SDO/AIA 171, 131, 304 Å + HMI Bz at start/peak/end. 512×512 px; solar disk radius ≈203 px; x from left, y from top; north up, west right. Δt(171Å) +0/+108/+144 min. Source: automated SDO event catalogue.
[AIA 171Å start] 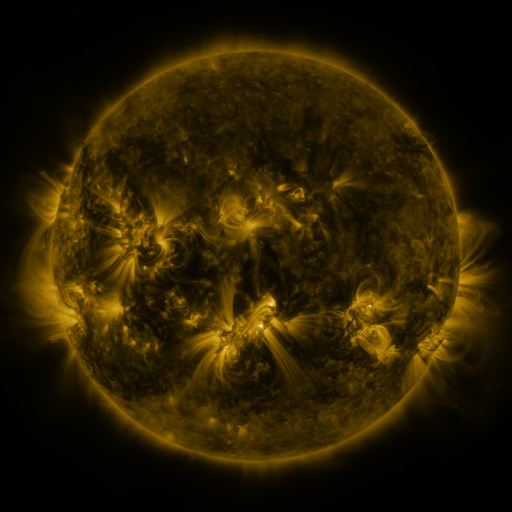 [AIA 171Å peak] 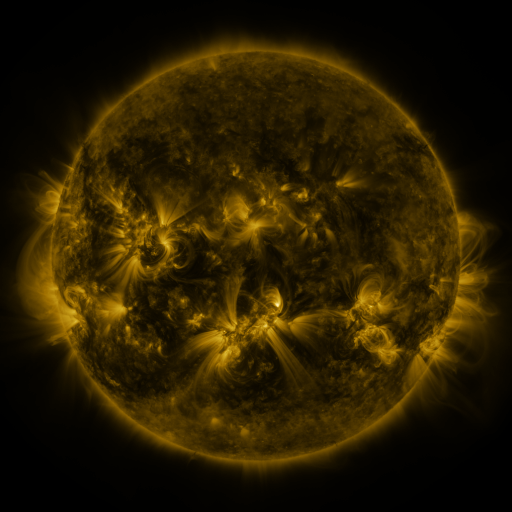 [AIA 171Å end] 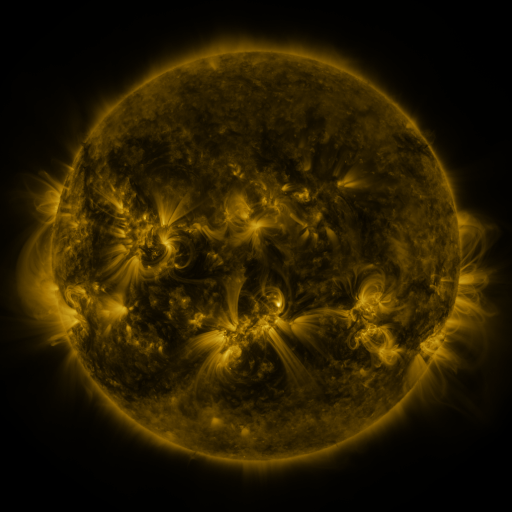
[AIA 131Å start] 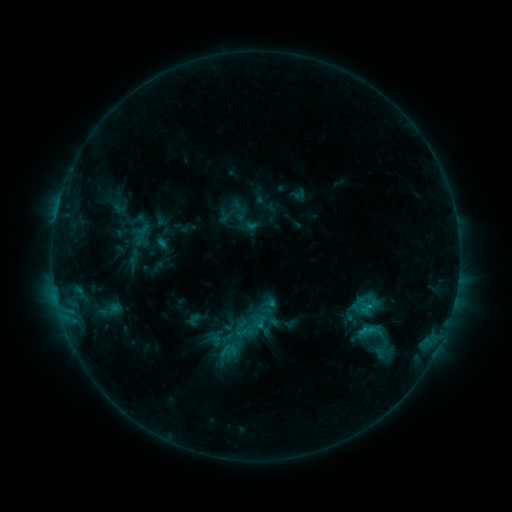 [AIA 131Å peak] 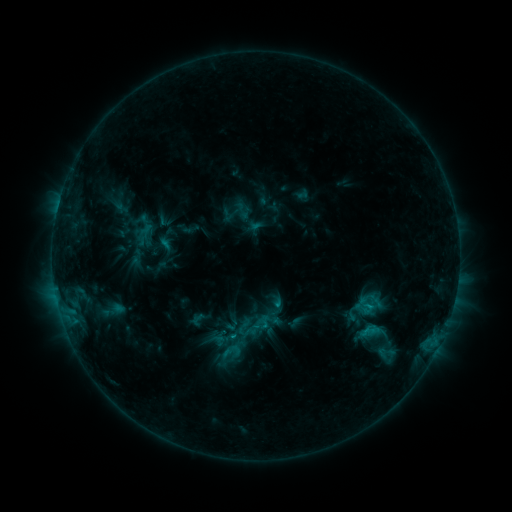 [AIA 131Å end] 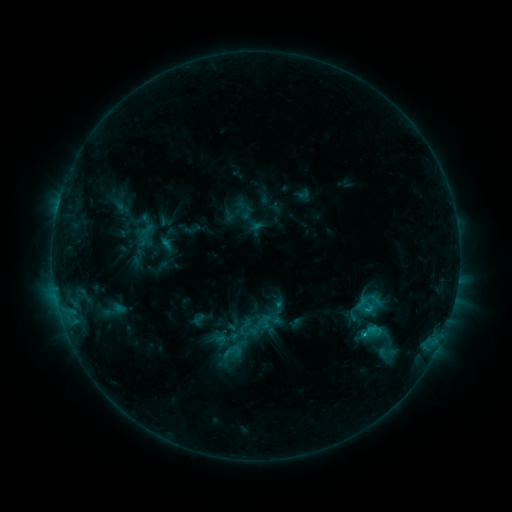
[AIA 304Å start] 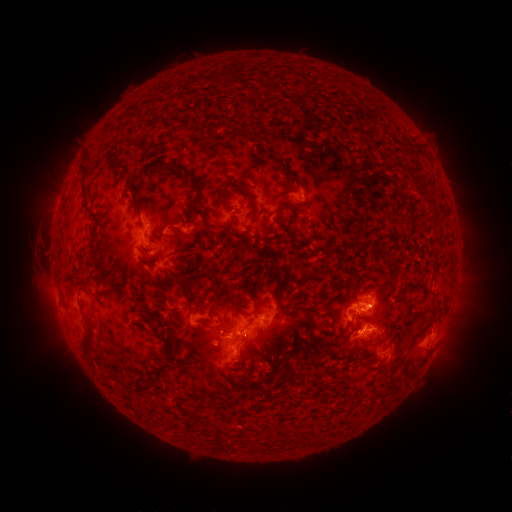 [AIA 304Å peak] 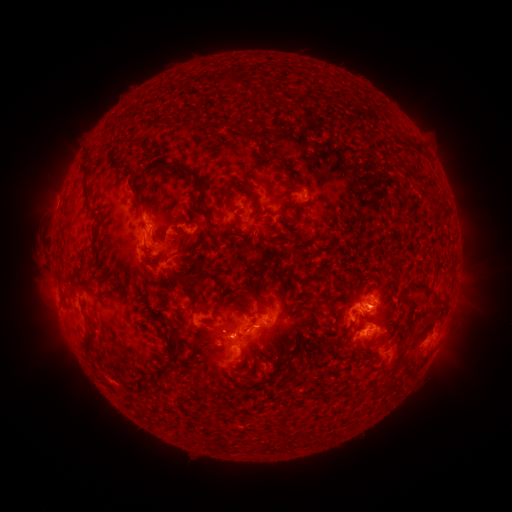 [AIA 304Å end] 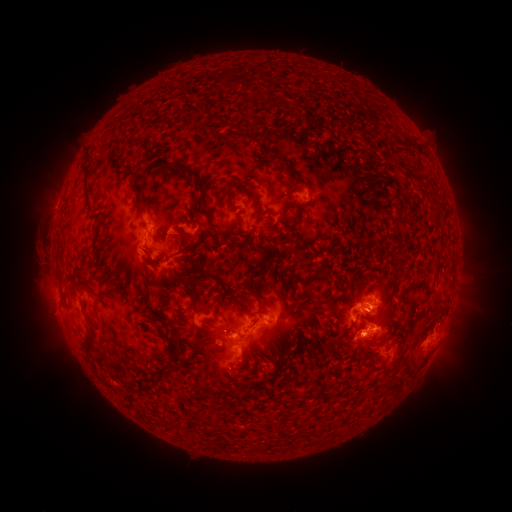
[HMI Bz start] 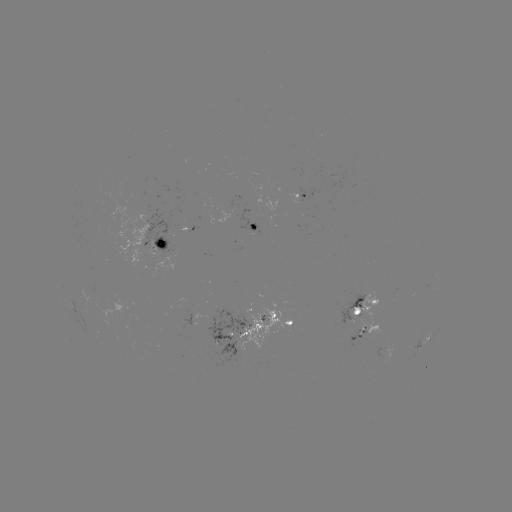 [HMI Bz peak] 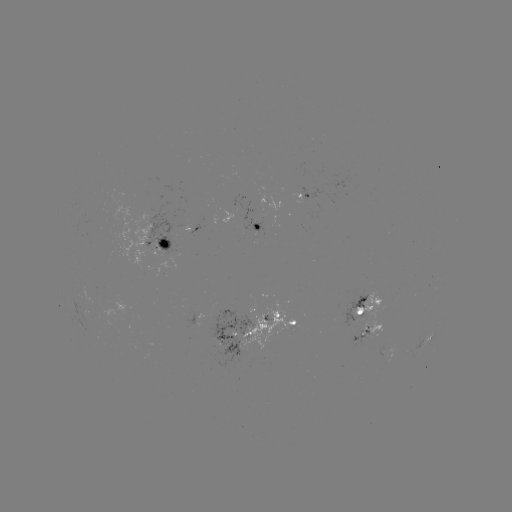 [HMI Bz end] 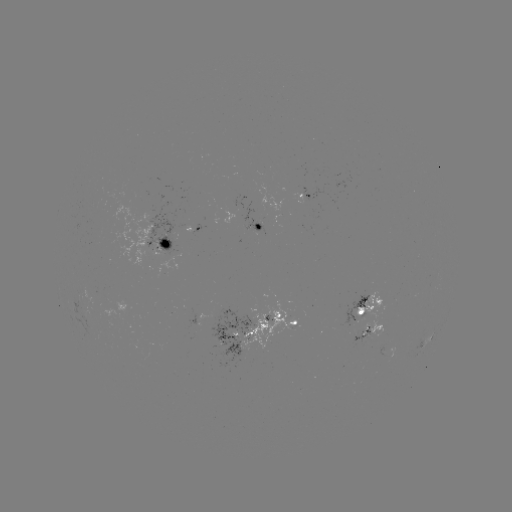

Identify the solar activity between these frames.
emerging-flux region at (364, 311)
